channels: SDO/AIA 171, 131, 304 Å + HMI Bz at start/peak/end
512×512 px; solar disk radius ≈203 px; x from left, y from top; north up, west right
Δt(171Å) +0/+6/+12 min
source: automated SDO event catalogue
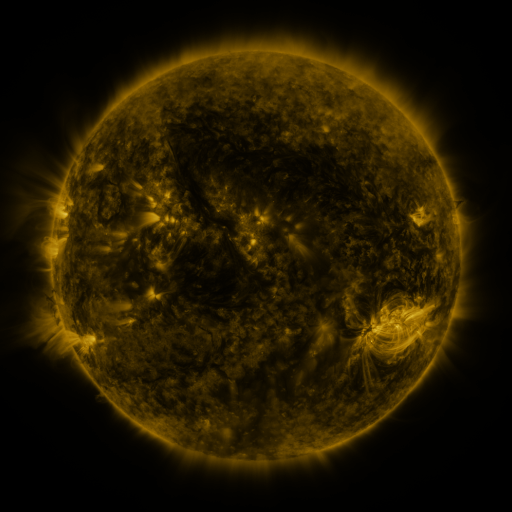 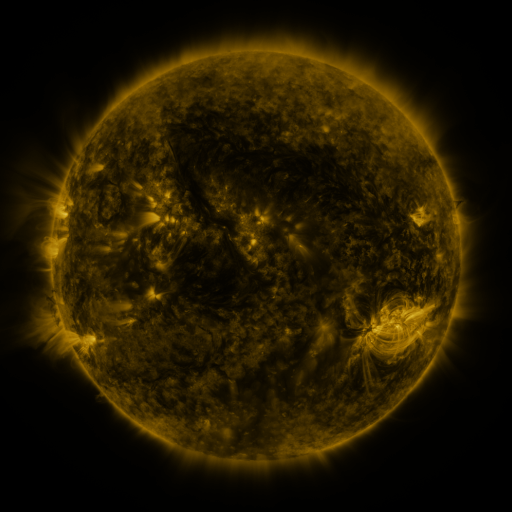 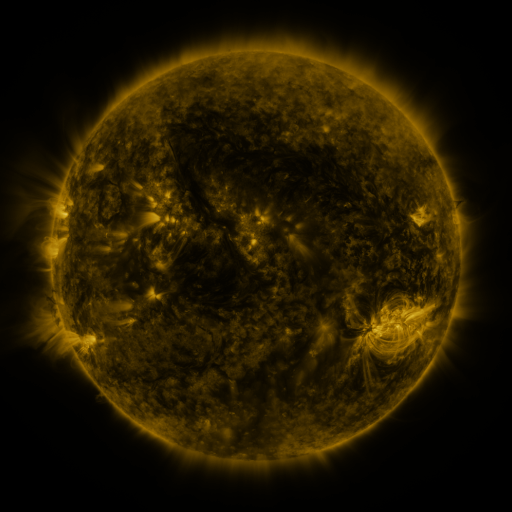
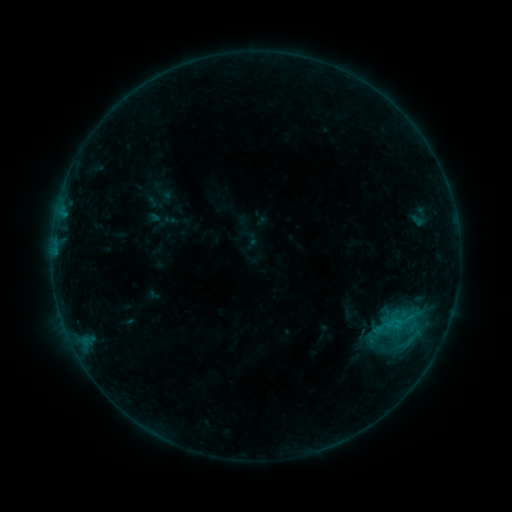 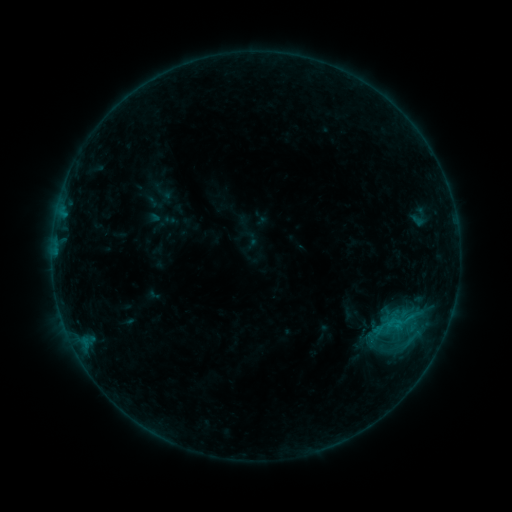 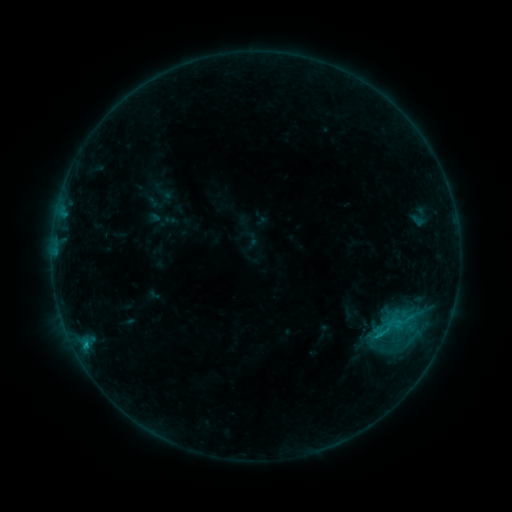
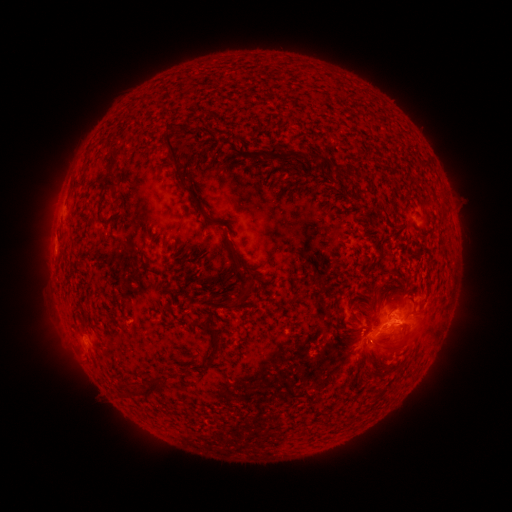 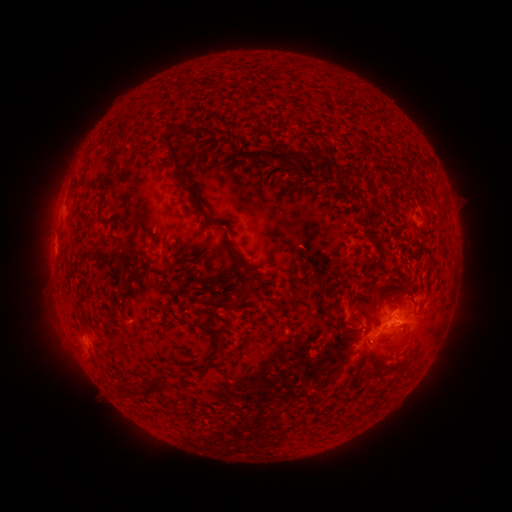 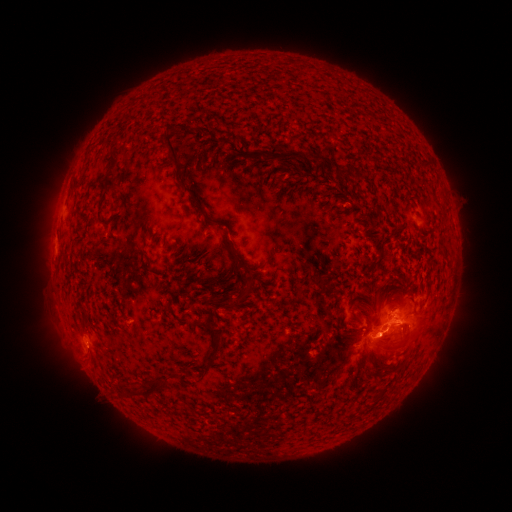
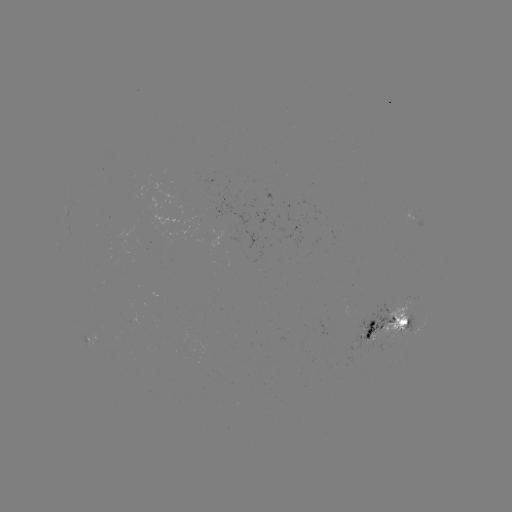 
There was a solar eruption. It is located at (385, 340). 